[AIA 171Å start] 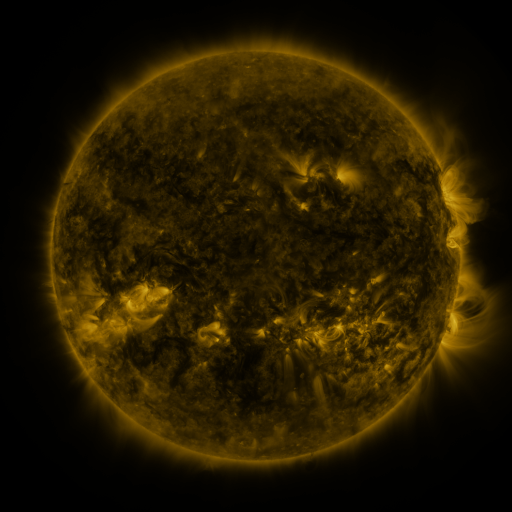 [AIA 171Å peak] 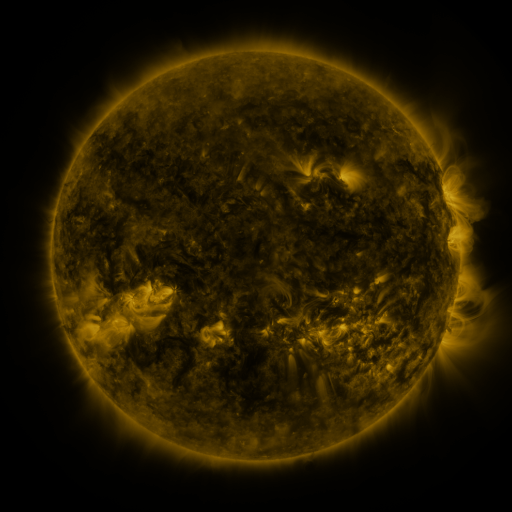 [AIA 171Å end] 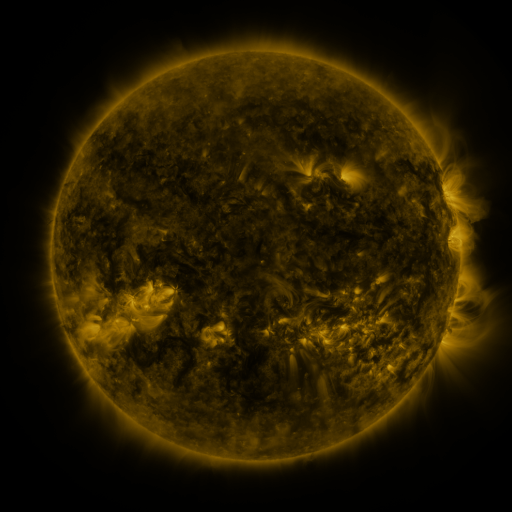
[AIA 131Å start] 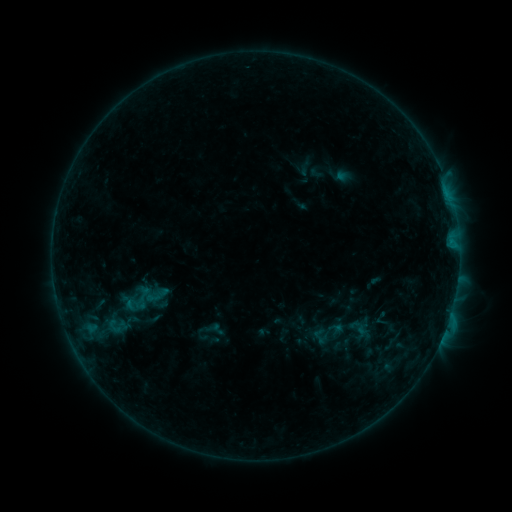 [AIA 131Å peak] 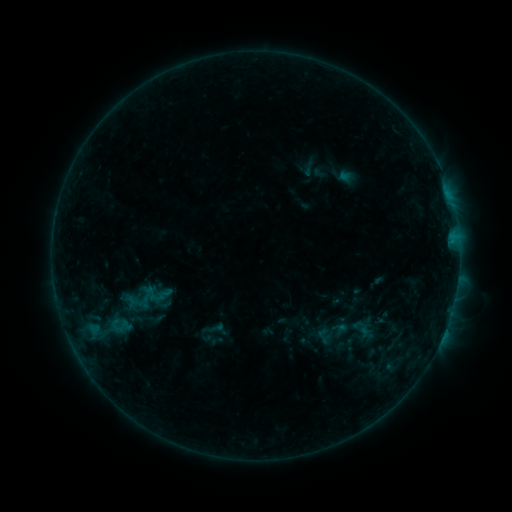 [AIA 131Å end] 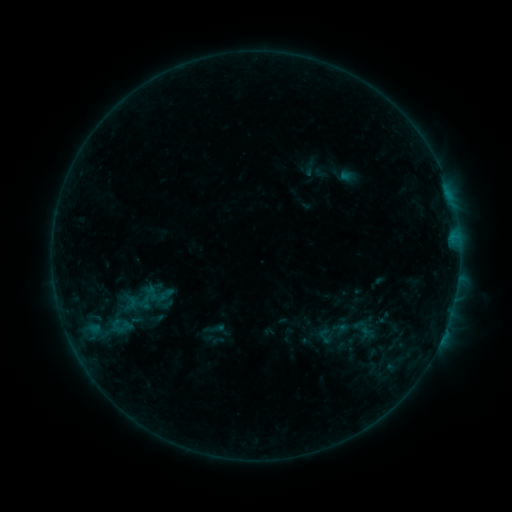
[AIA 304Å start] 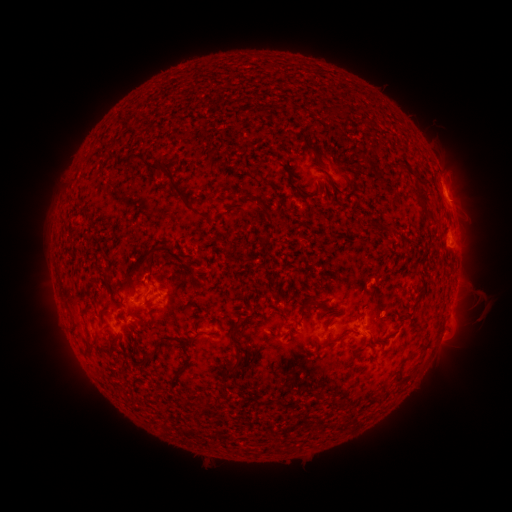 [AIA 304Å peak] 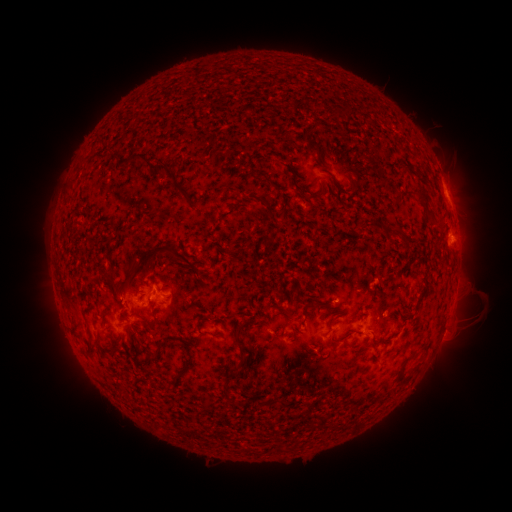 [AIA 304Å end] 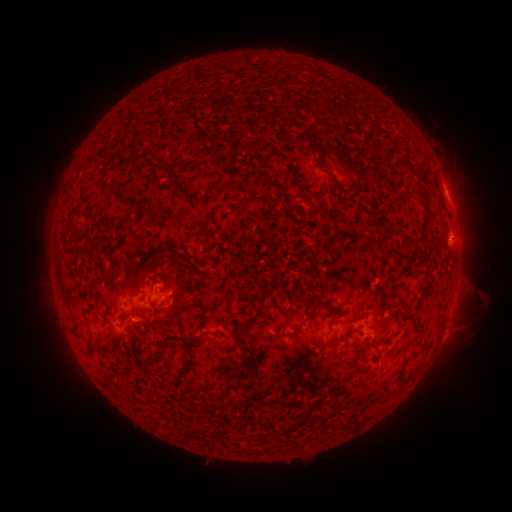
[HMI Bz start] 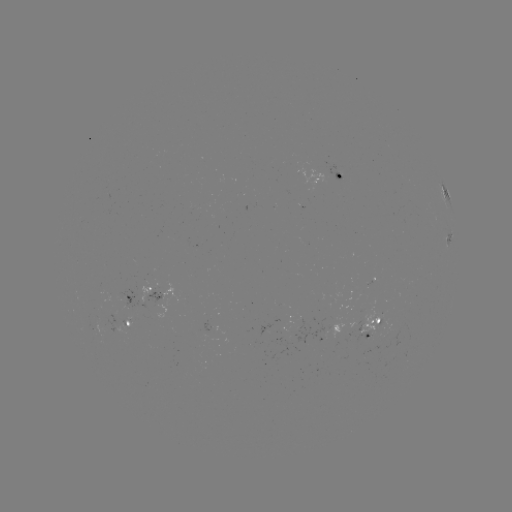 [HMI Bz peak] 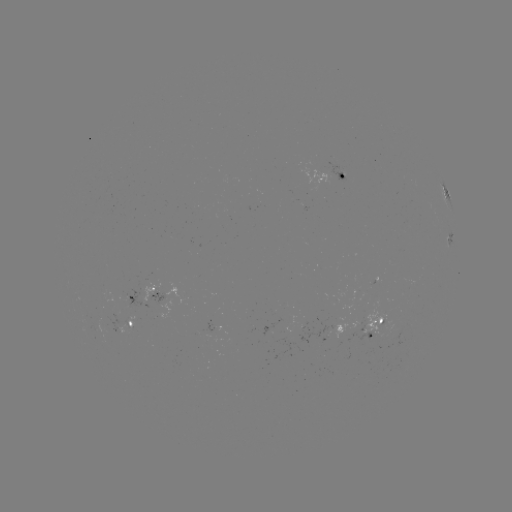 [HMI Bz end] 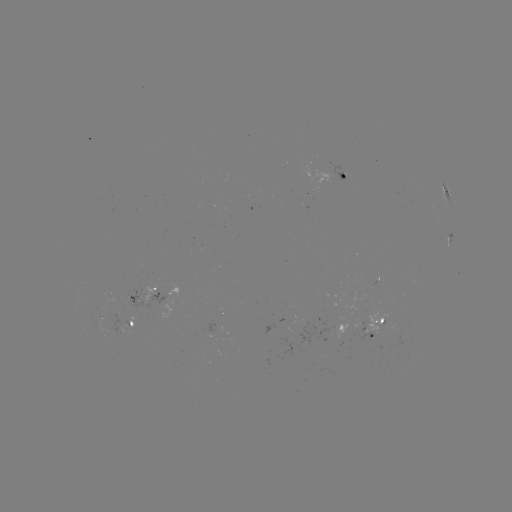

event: emerging-flux region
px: (206, 332)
